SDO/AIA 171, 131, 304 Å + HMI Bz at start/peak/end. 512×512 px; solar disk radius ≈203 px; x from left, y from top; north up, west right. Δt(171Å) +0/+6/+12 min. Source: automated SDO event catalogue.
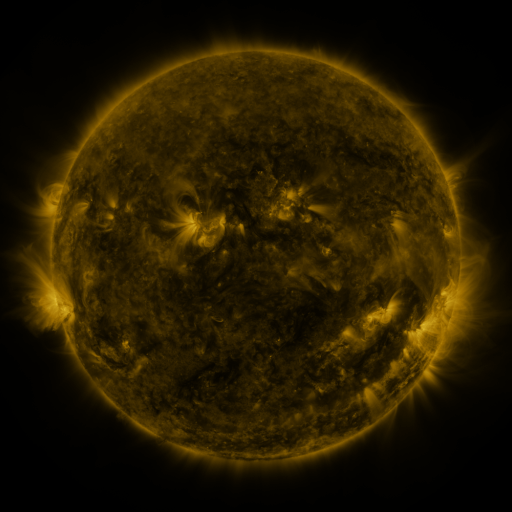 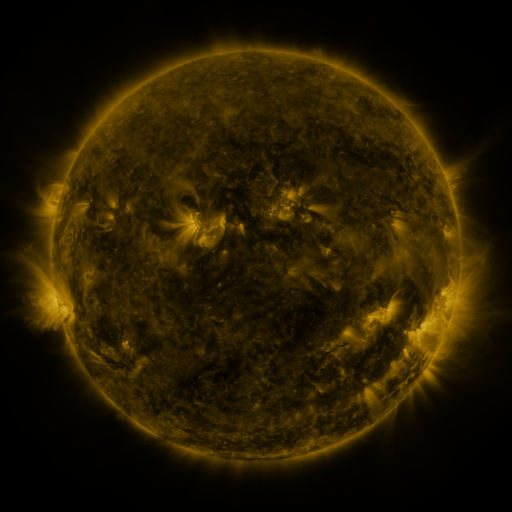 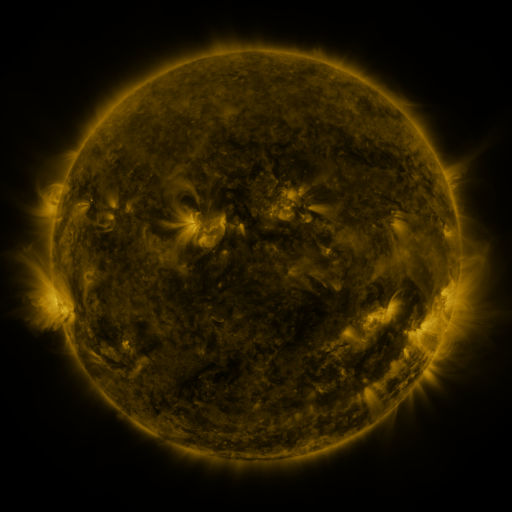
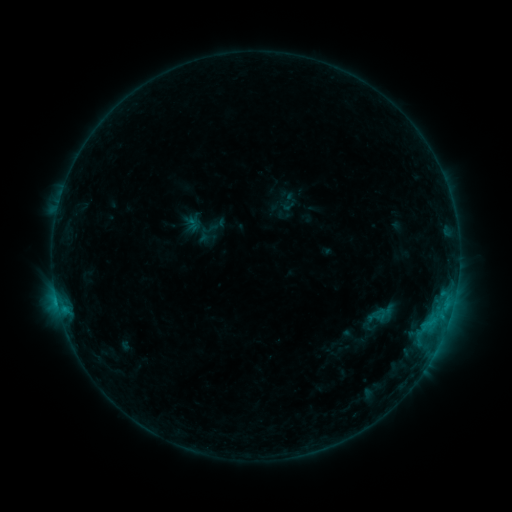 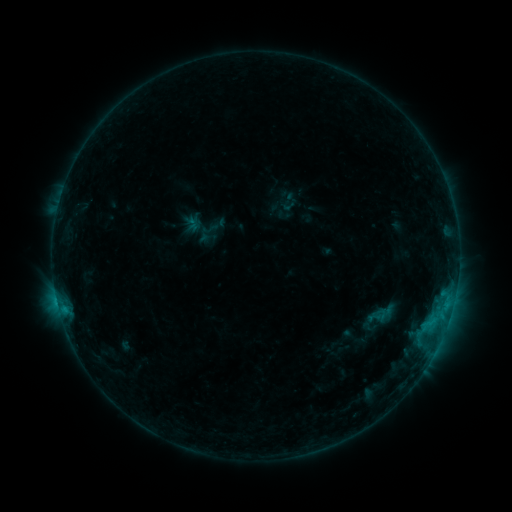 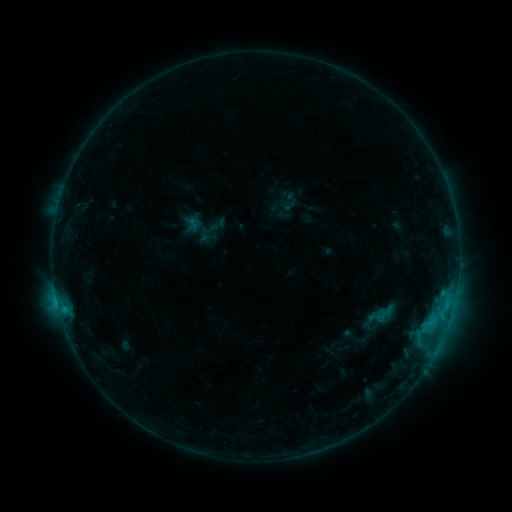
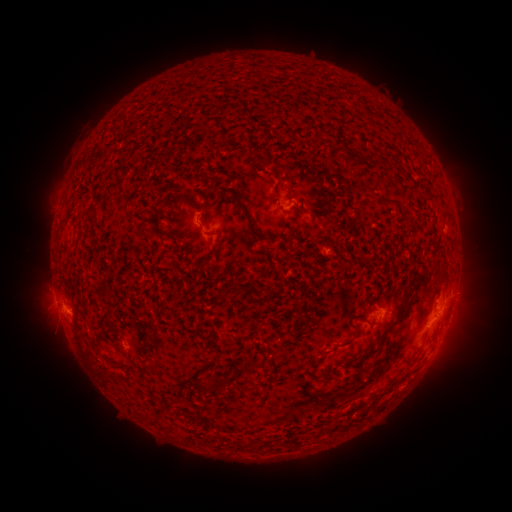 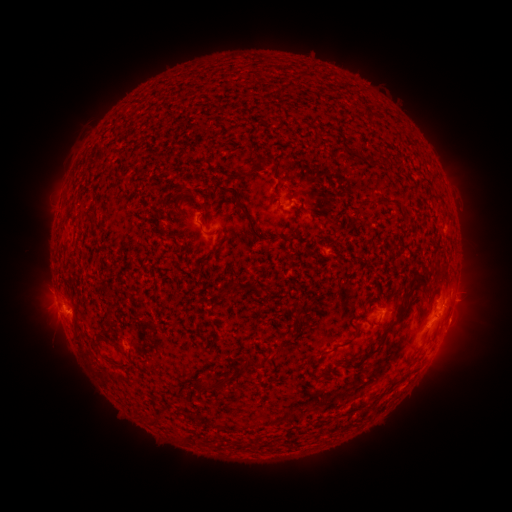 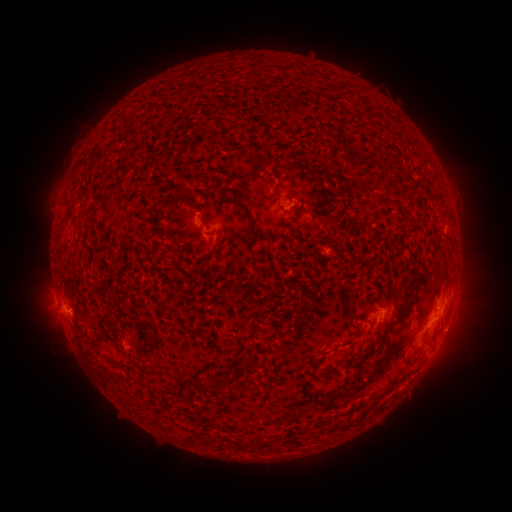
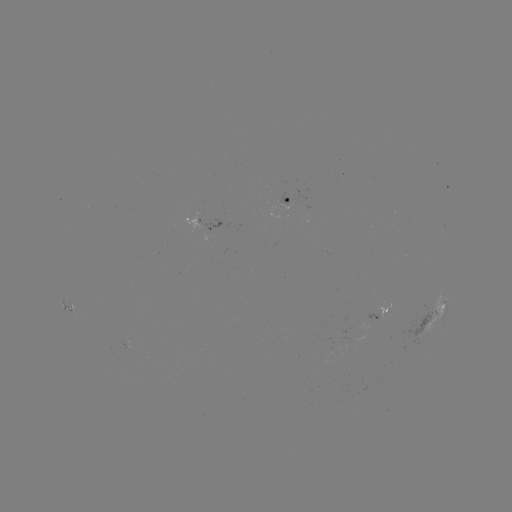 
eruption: [441, 280, 494, 350]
